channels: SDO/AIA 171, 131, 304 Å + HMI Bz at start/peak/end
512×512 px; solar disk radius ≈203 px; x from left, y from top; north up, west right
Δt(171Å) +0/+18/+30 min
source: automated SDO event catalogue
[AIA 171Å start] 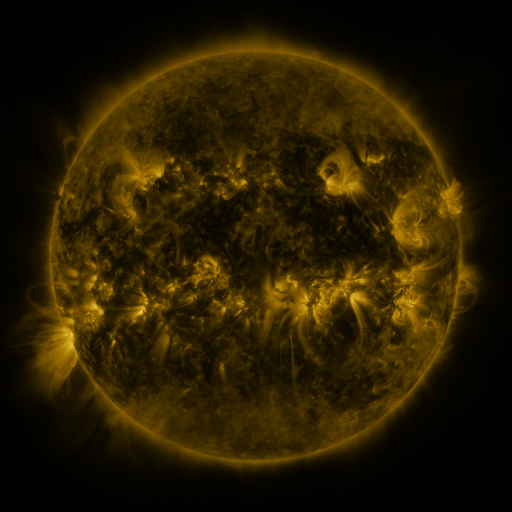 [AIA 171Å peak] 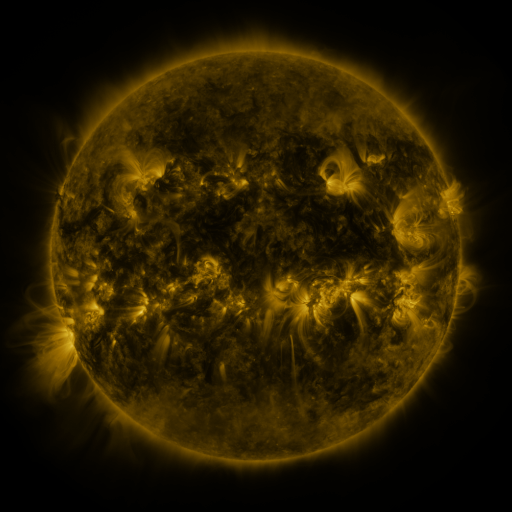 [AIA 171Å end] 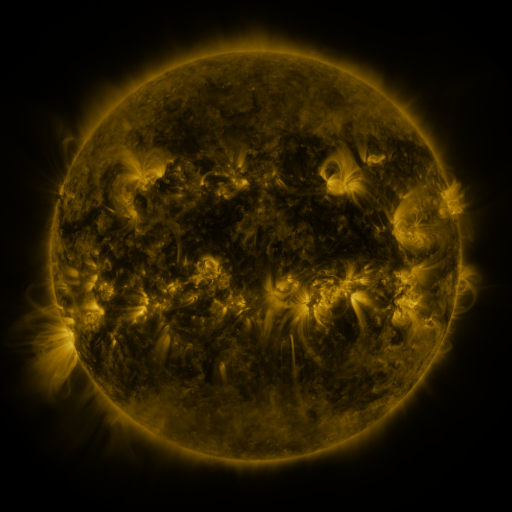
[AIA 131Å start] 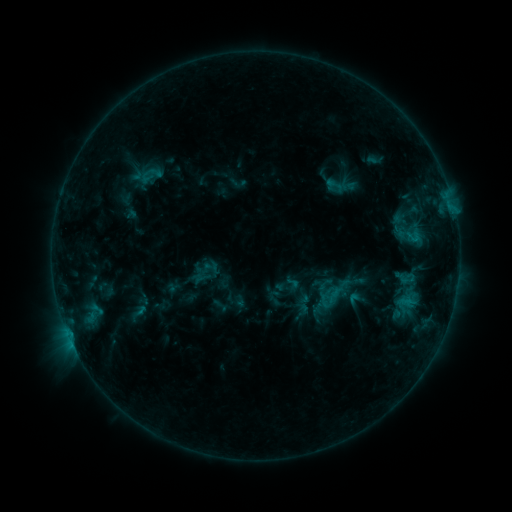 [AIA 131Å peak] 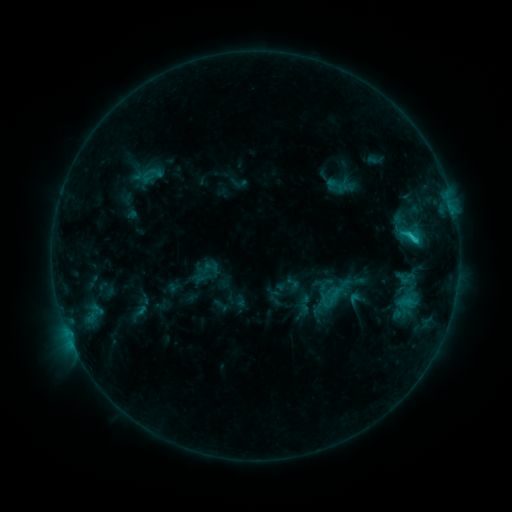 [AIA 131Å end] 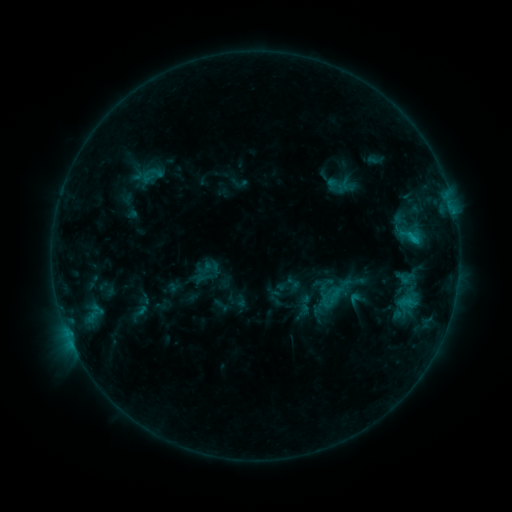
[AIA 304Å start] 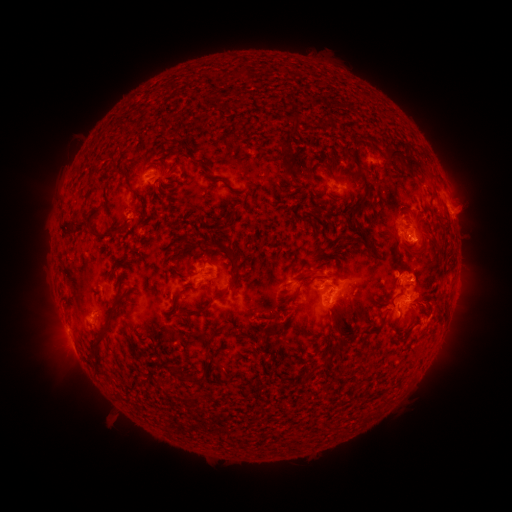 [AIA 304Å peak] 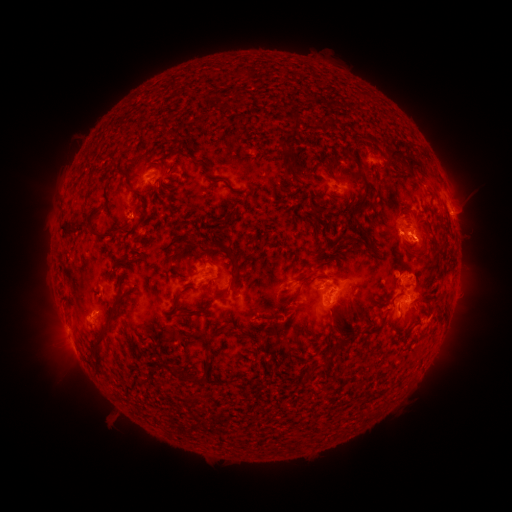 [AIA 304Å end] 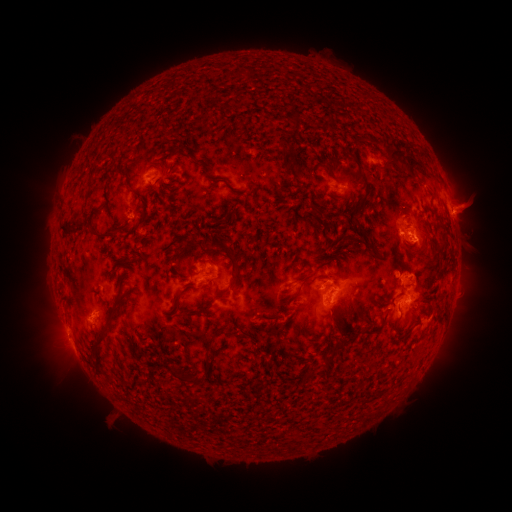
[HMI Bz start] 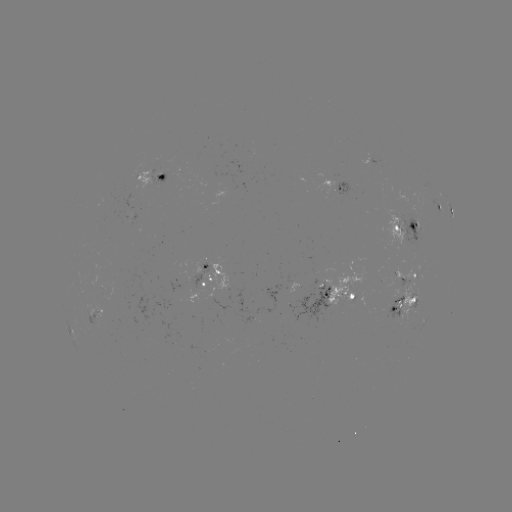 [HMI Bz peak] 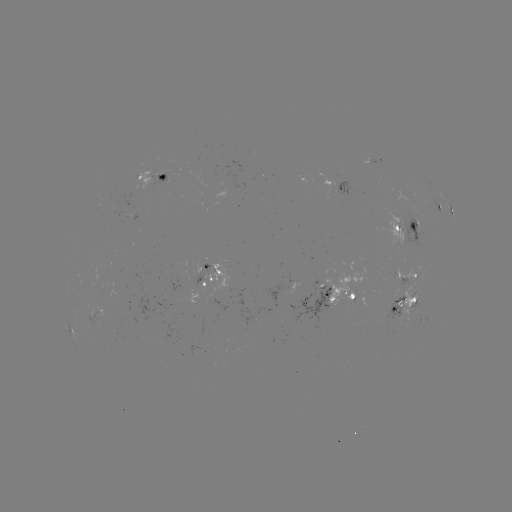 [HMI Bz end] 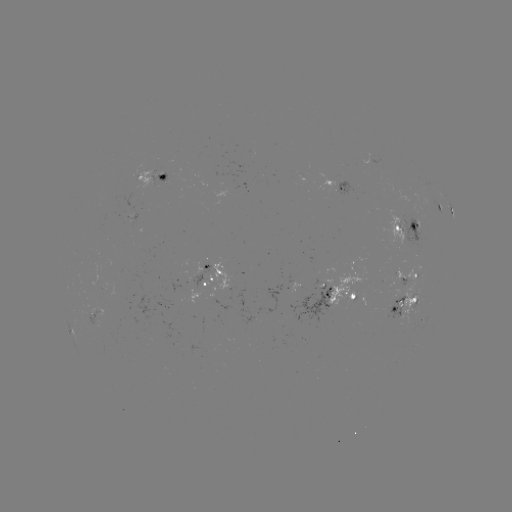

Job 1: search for C1.6 flare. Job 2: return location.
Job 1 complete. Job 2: (412, 240).